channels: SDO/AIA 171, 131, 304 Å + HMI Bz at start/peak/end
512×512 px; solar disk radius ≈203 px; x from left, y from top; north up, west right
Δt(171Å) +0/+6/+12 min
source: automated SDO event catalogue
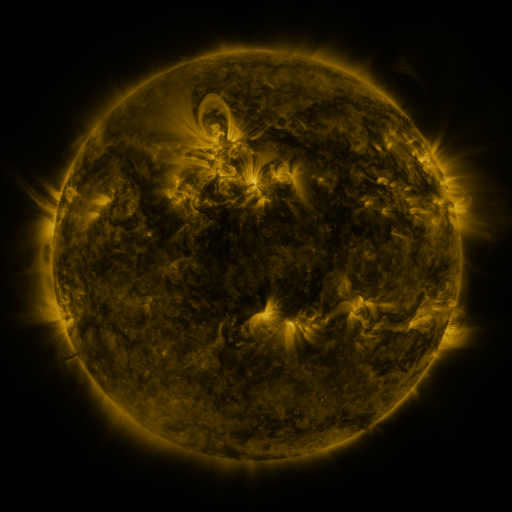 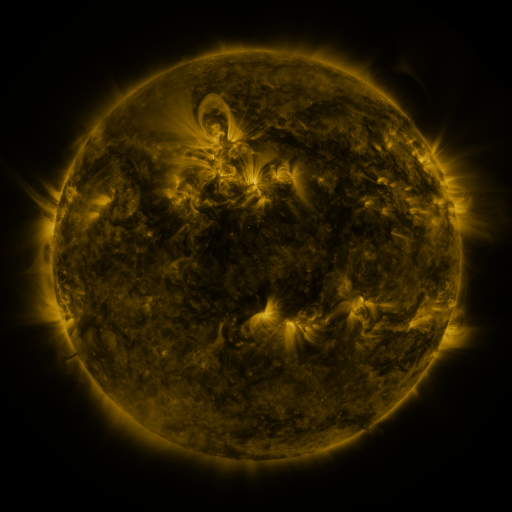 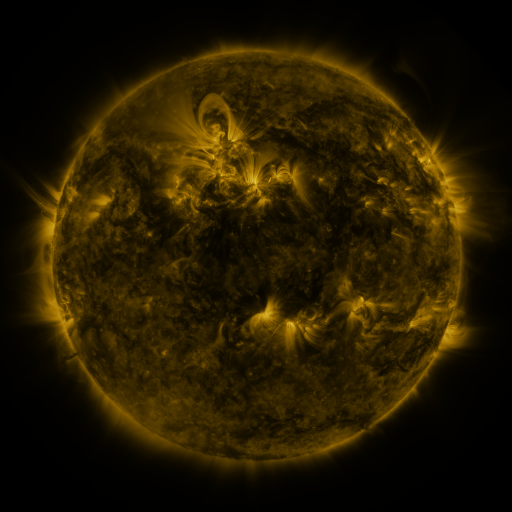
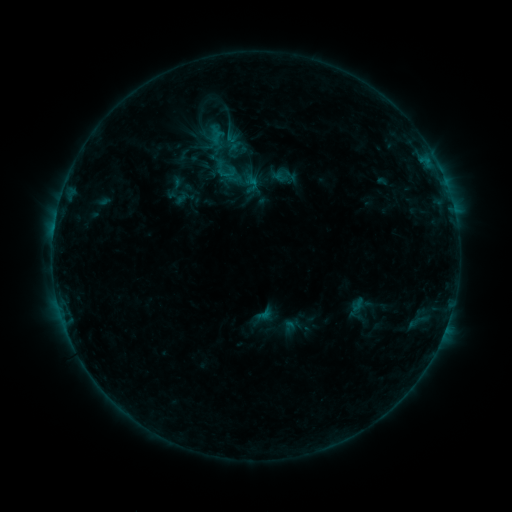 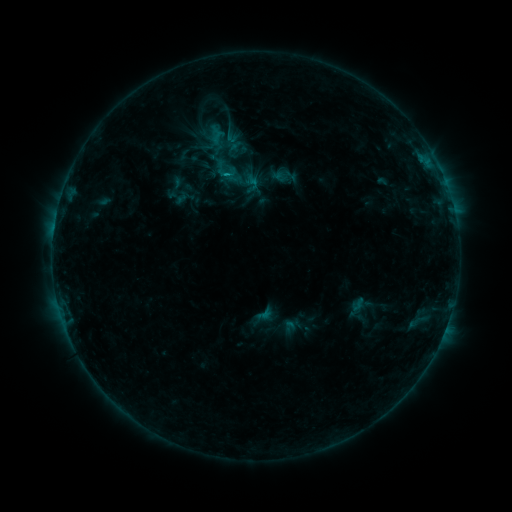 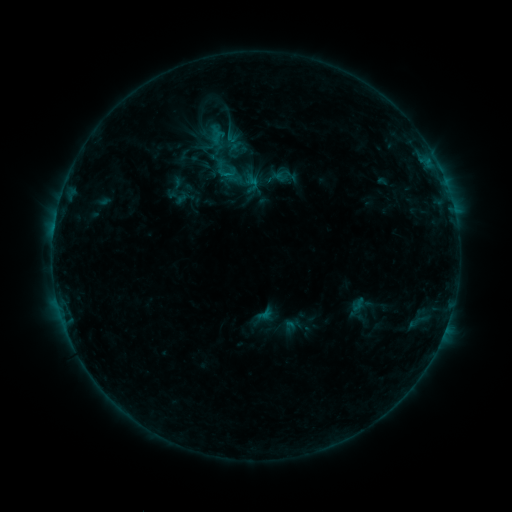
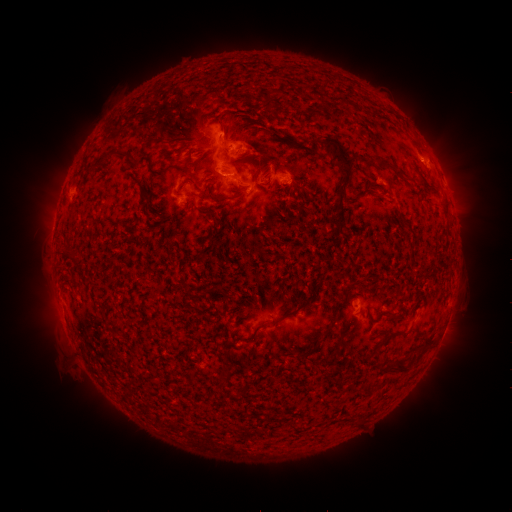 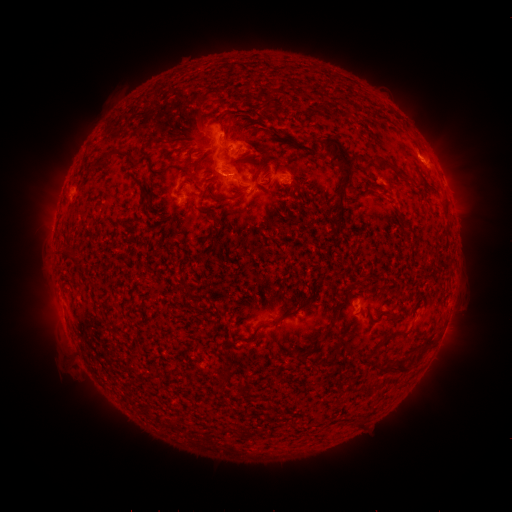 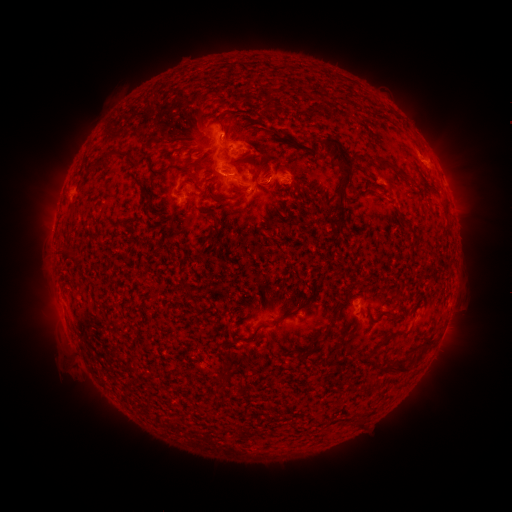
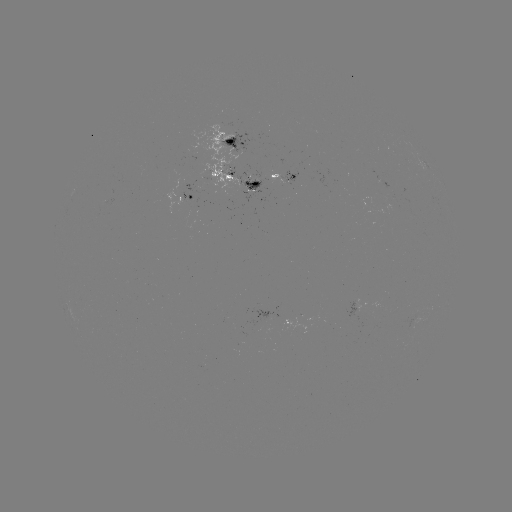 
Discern B9.1 flare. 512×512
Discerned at (228, 176).